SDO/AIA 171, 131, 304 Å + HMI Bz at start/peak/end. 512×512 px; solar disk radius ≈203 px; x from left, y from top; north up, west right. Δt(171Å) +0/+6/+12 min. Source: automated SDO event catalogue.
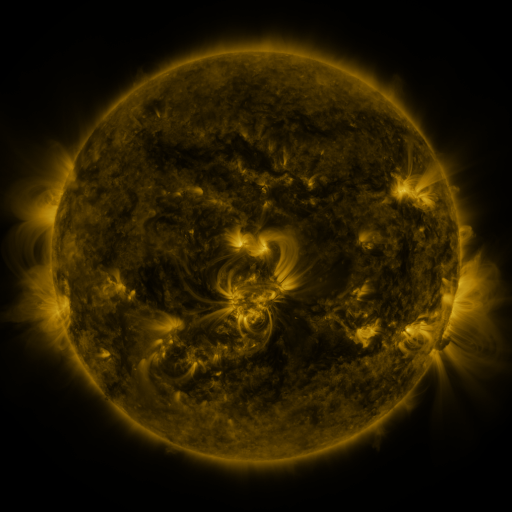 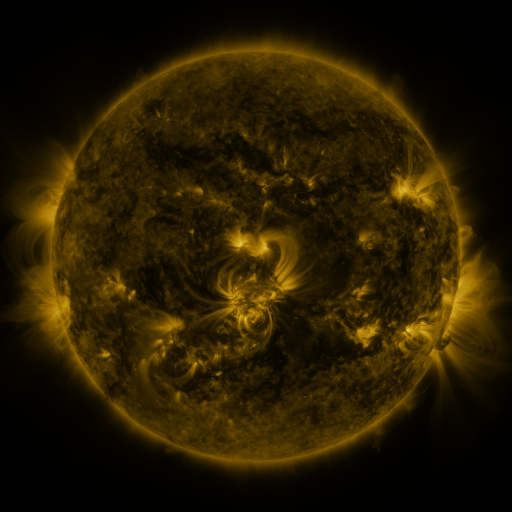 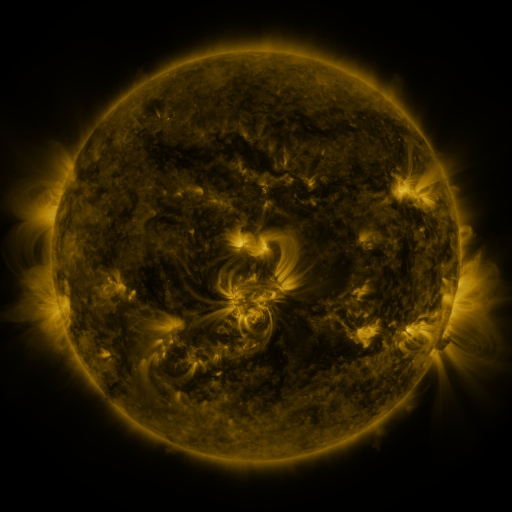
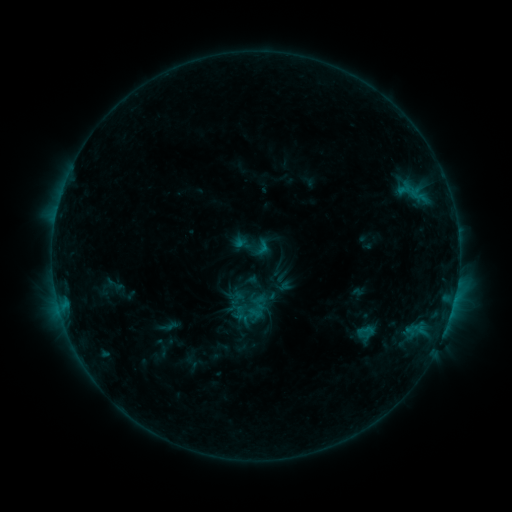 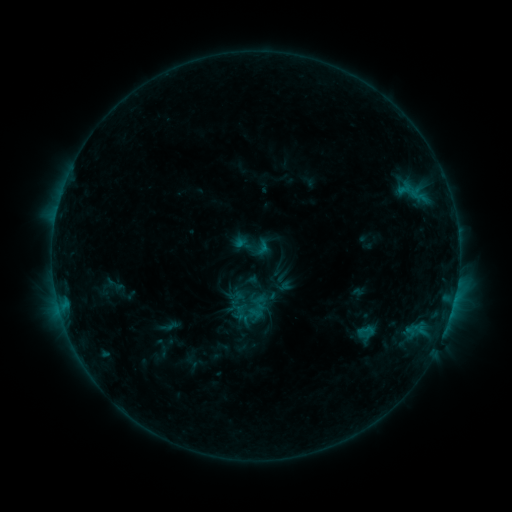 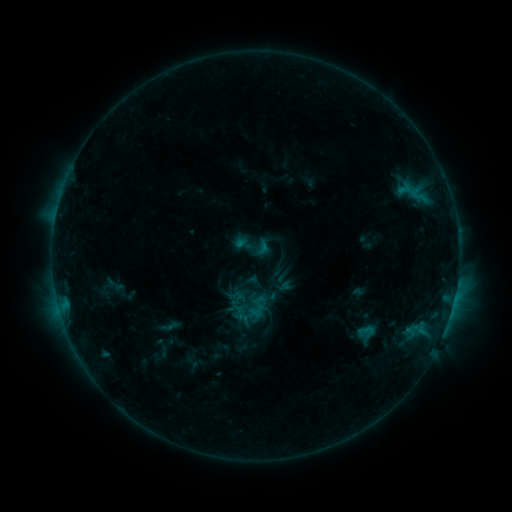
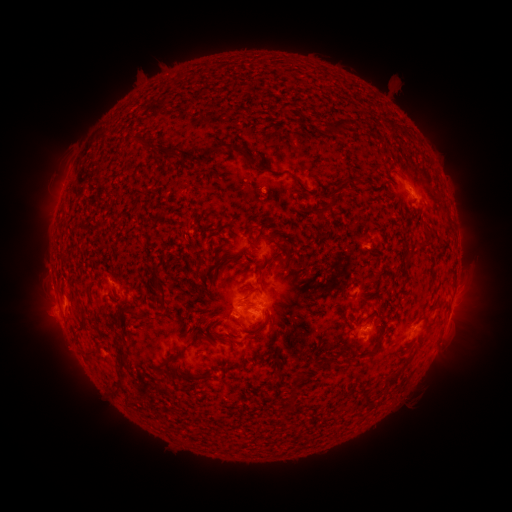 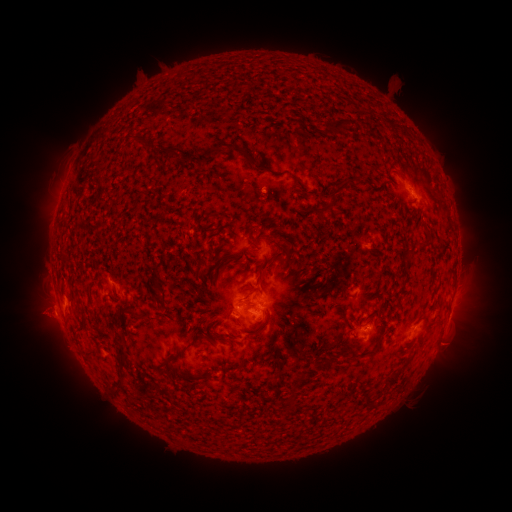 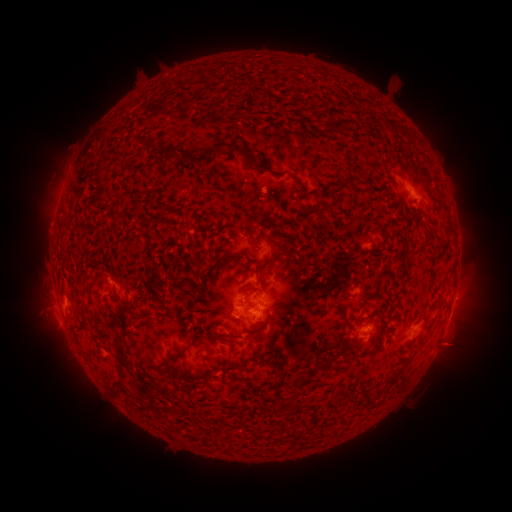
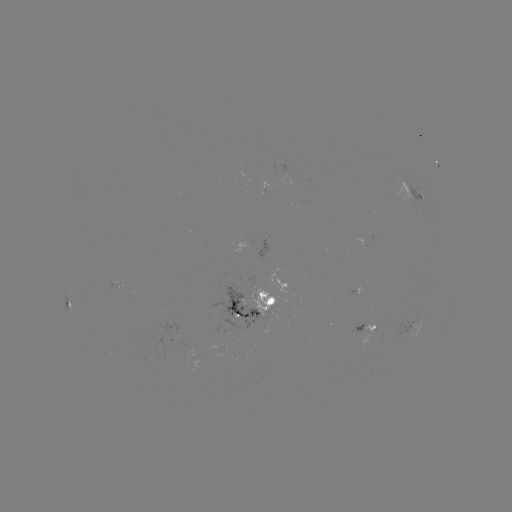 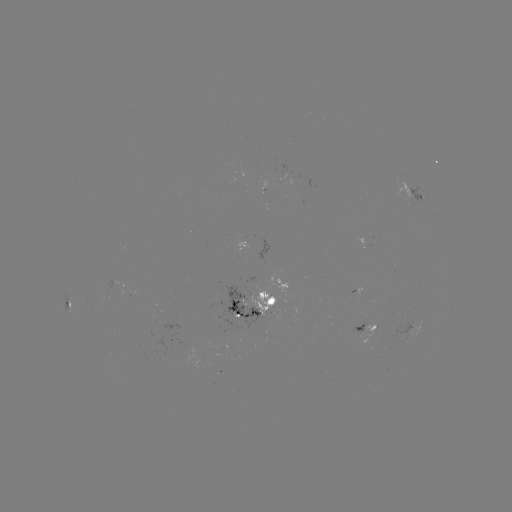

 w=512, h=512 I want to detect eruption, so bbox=[15, 295, 63, 342].